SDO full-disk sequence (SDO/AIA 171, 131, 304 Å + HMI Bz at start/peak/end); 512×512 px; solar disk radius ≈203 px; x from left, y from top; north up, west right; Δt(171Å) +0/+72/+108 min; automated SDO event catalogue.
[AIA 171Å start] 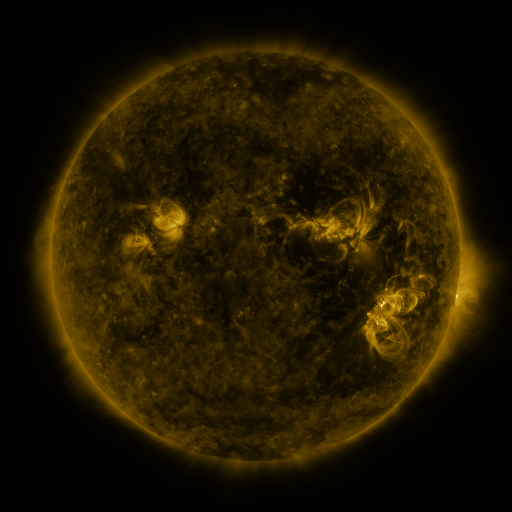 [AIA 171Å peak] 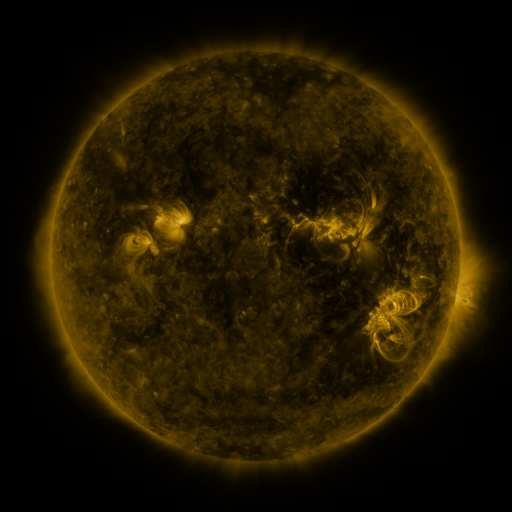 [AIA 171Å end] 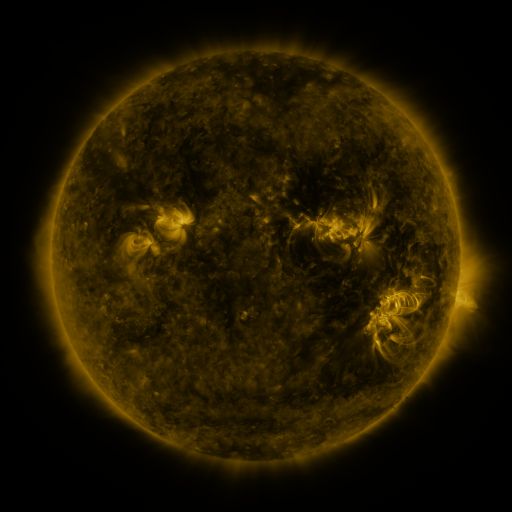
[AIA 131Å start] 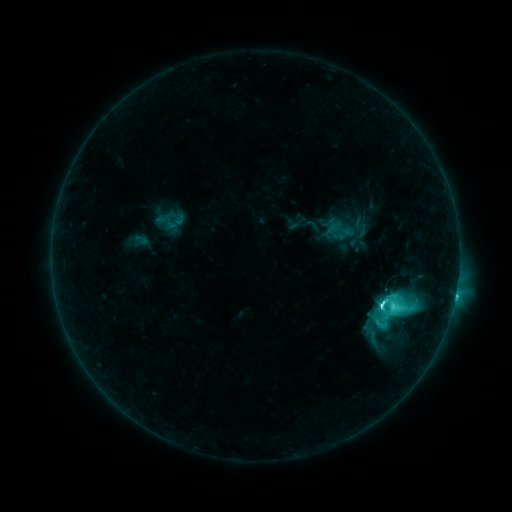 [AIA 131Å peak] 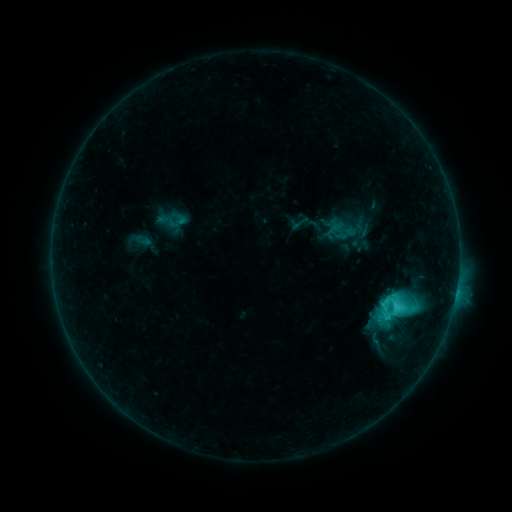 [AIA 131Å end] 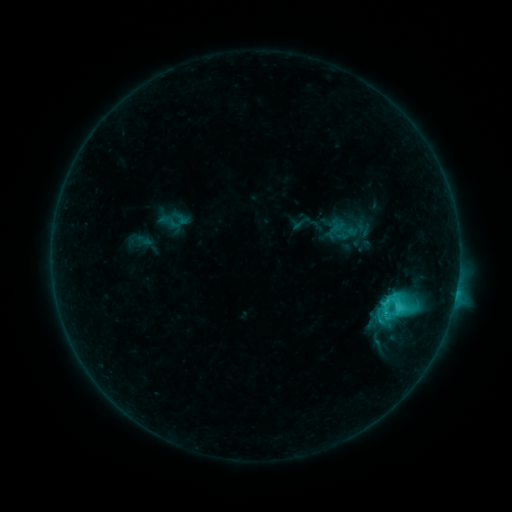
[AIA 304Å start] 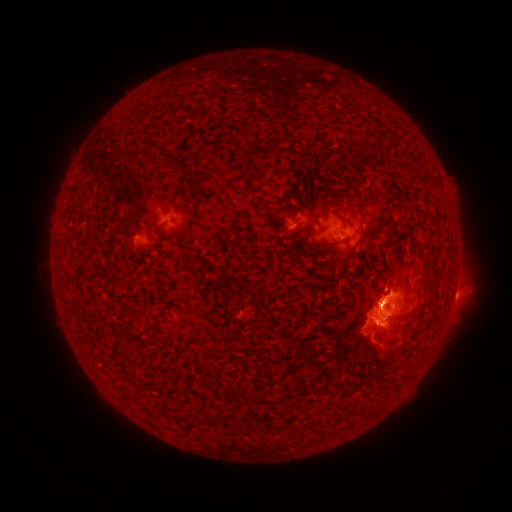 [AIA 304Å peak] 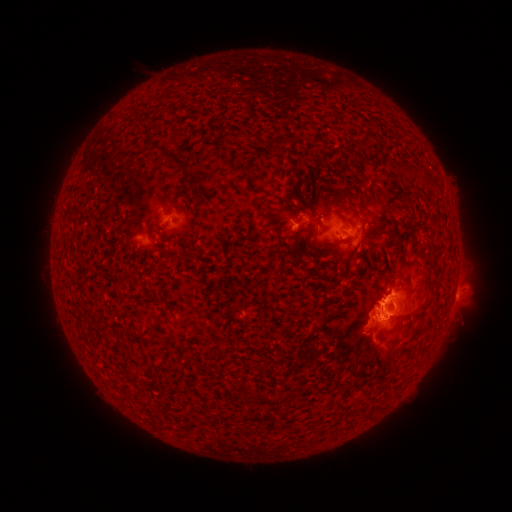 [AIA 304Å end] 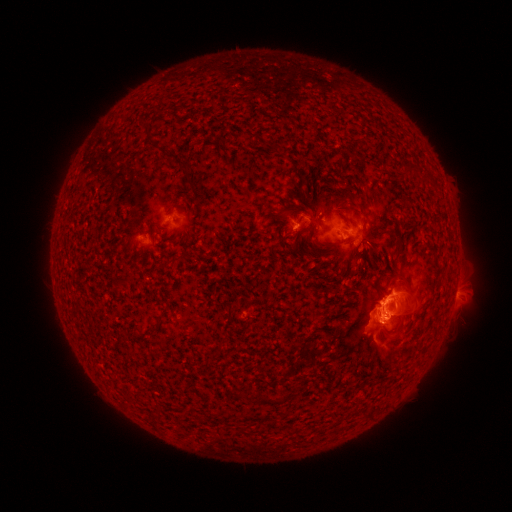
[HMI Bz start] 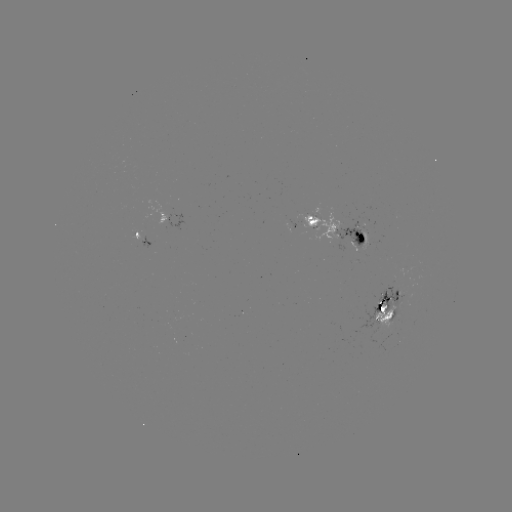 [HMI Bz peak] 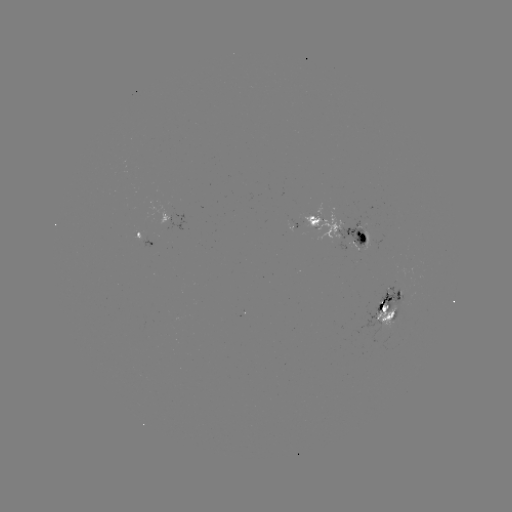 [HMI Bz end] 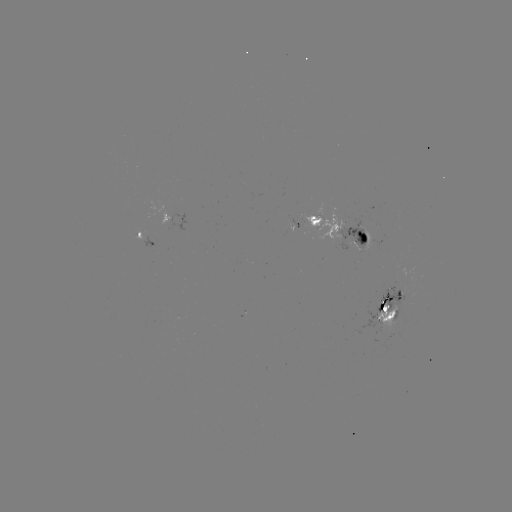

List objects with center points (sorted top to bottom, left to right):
emerging-flux region: (389, 337)
